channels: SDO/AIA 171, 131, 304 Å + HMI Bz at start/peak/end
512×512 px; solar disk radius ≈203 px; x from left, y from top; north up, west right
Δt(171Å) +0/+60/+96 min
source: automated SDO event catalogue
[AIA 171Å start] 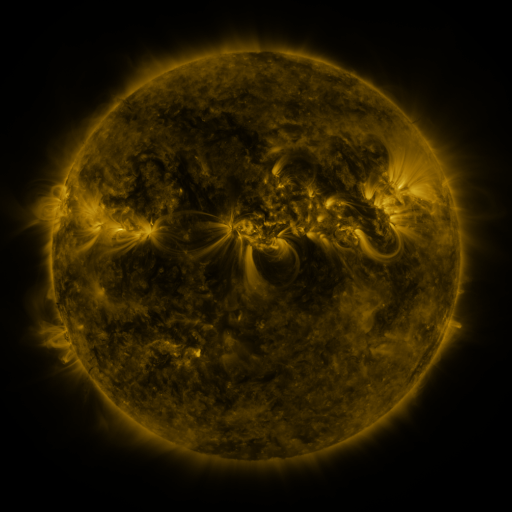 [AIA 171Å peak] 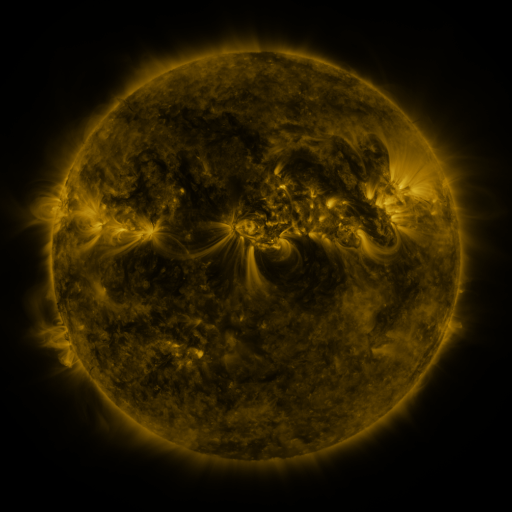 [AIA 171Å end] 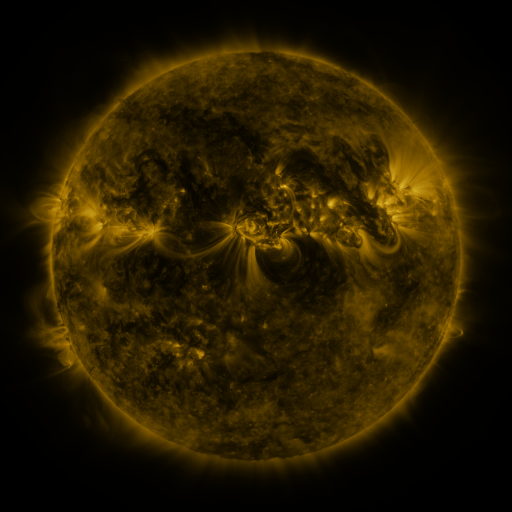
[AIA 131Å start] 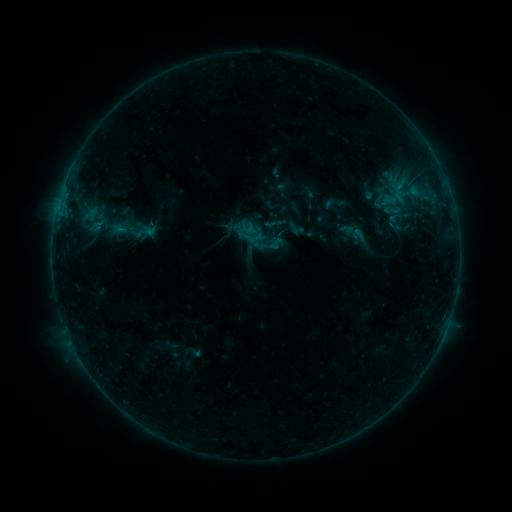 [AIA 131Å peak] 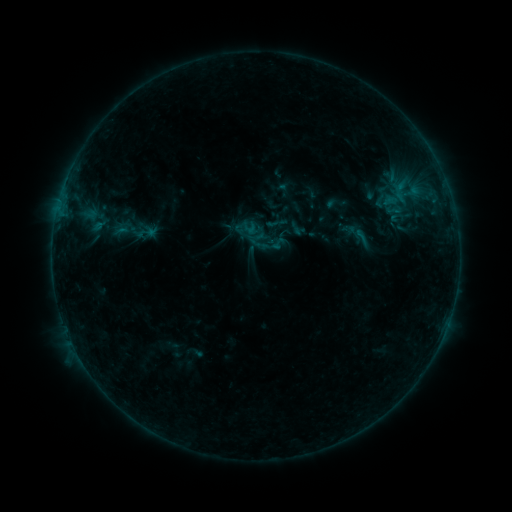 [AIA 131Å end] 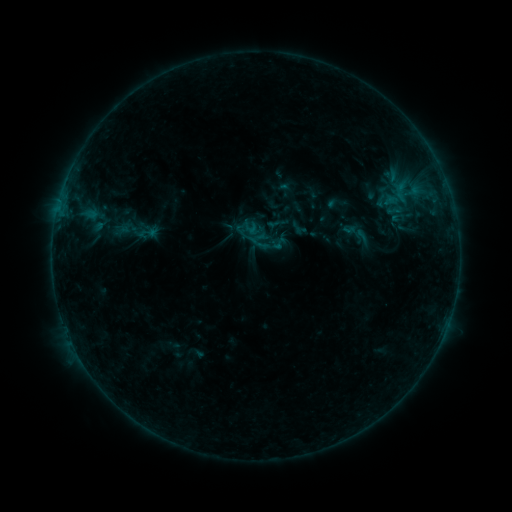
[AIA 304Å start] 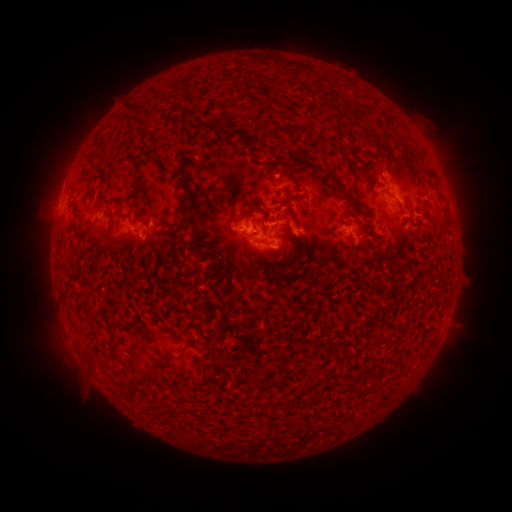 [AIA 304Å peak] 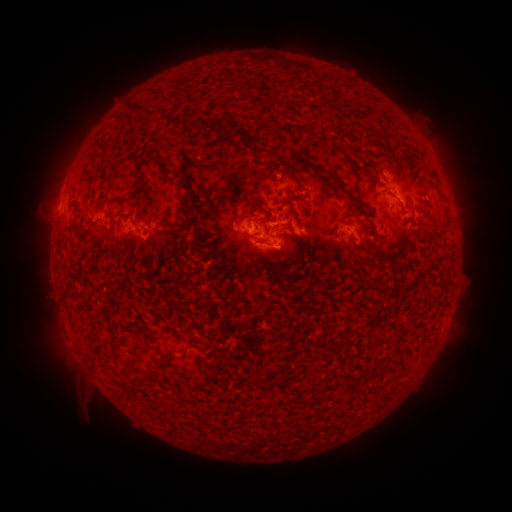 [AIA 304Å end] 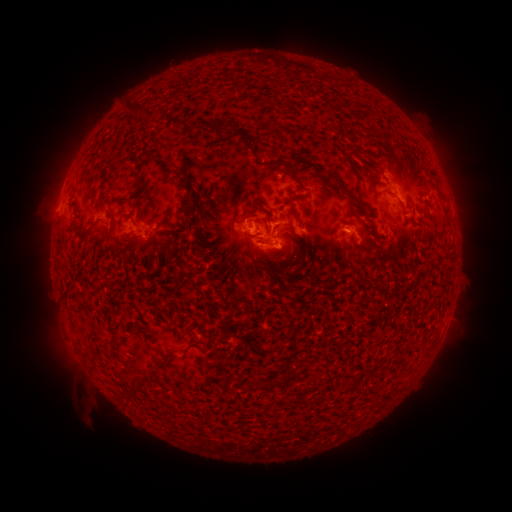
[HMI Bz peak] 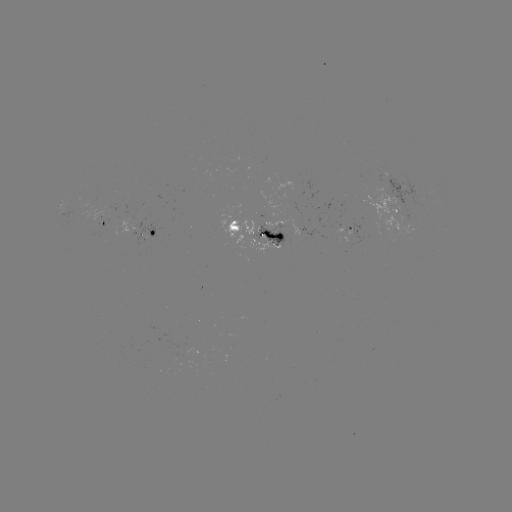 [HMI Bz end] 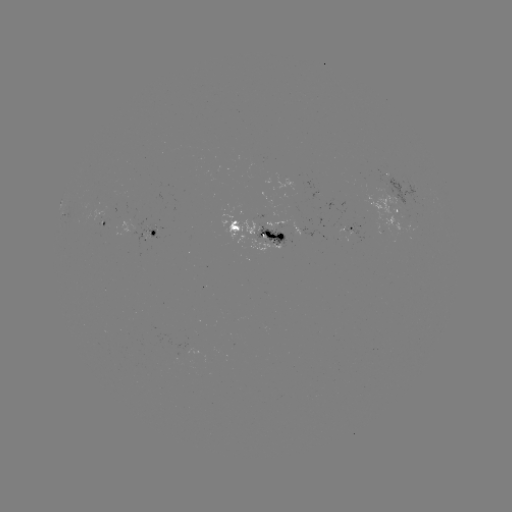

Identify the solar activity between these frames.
emerging-flux region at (100, 219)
